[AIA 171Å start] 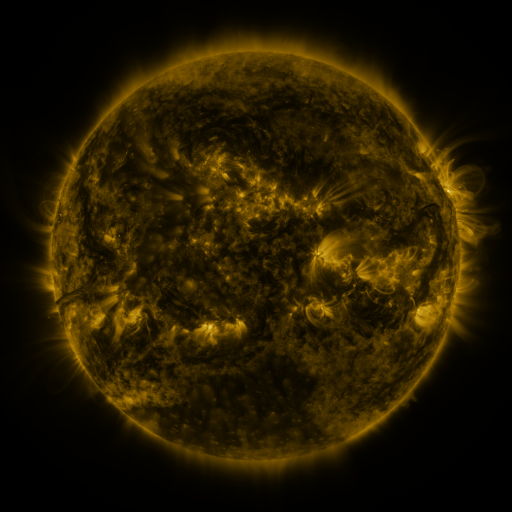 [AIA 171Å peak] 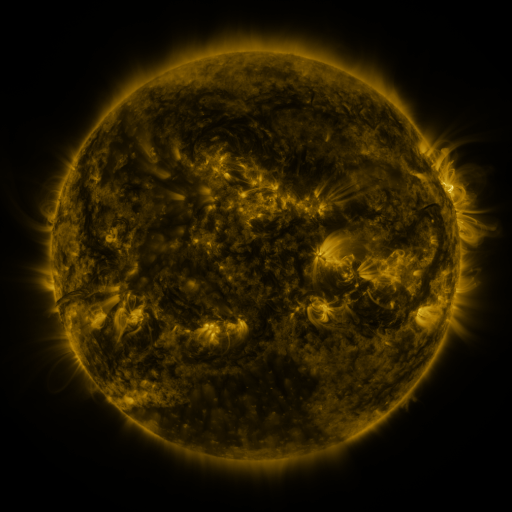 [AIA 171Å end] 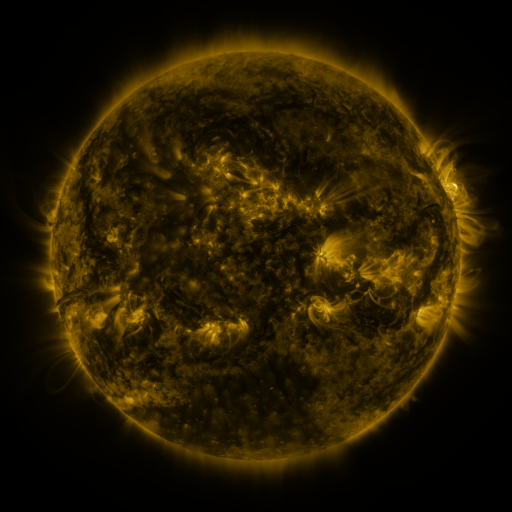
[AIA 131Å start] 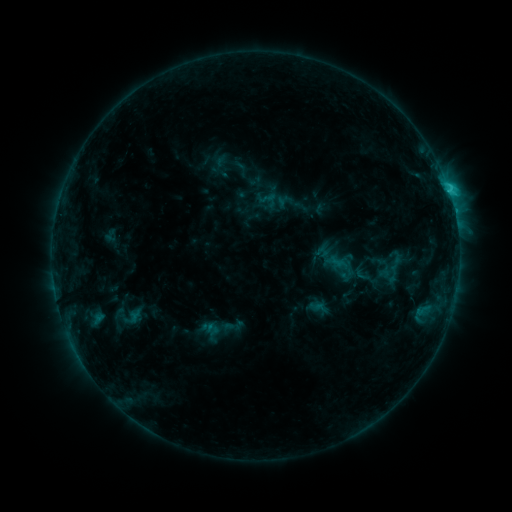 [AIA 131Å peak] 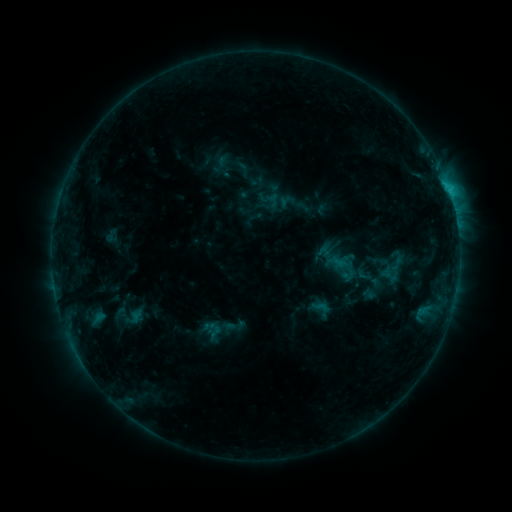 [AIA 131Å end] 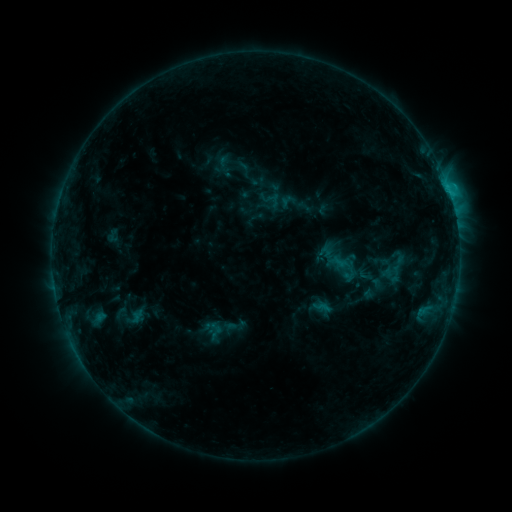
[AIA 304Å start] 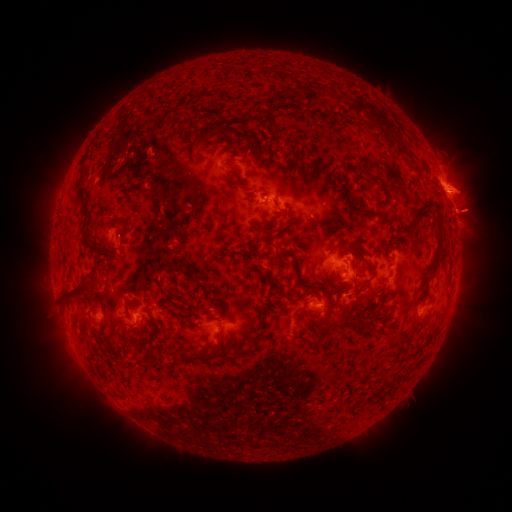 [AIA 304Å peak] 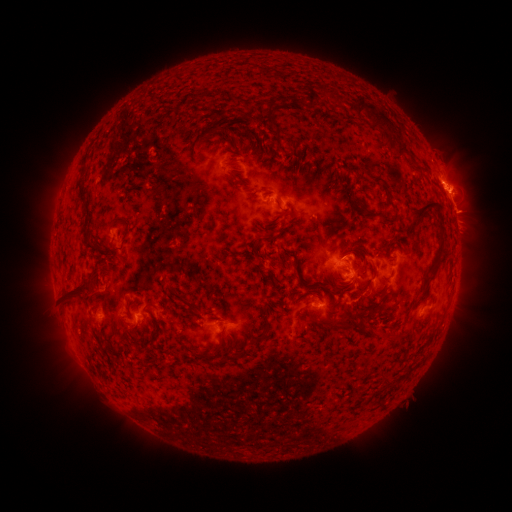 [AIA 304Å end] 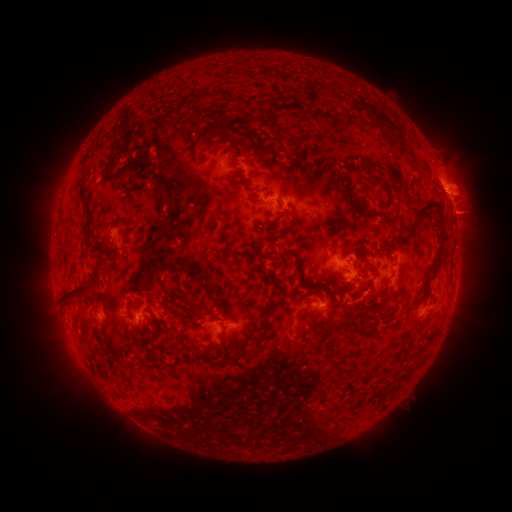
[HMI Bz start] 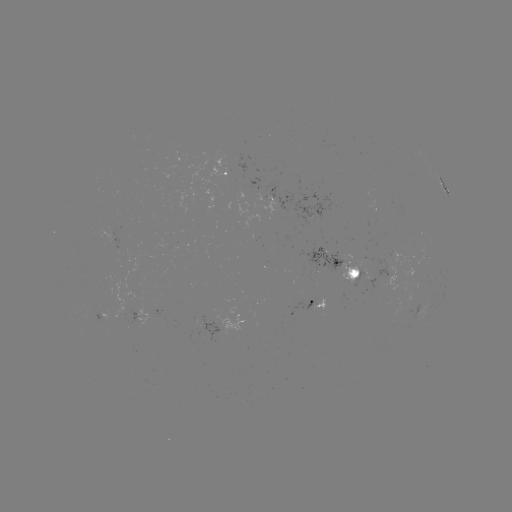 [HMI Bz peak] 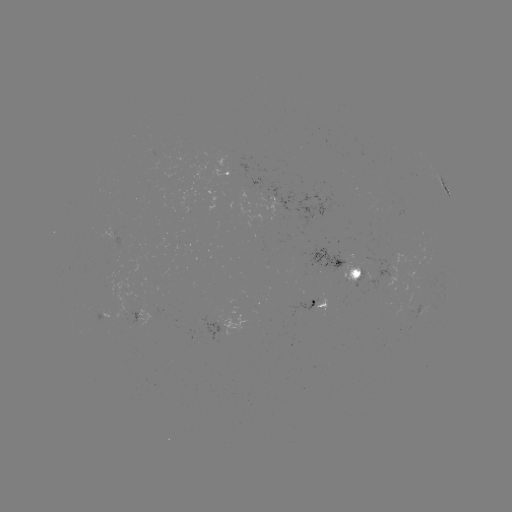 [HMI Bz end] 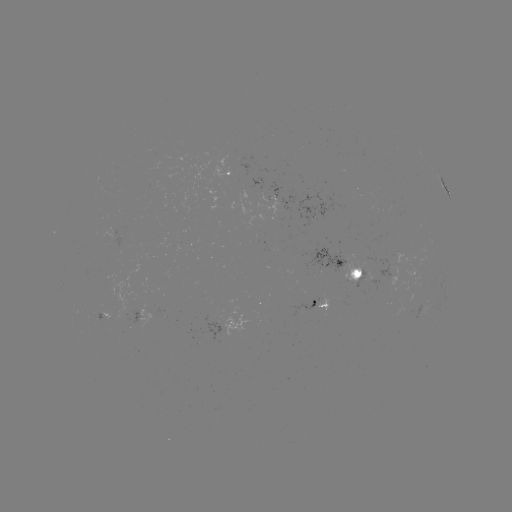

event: emerging-flux region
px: (312, 307)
